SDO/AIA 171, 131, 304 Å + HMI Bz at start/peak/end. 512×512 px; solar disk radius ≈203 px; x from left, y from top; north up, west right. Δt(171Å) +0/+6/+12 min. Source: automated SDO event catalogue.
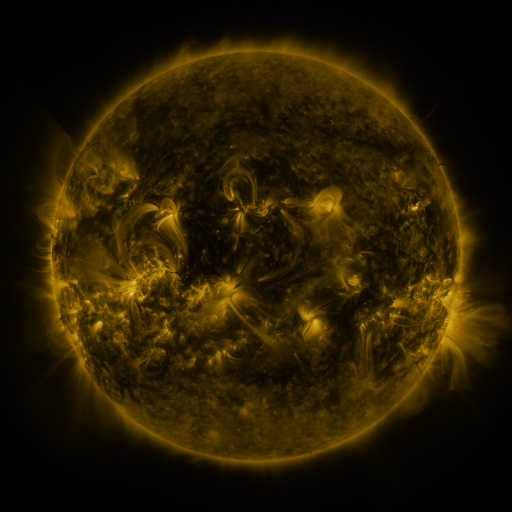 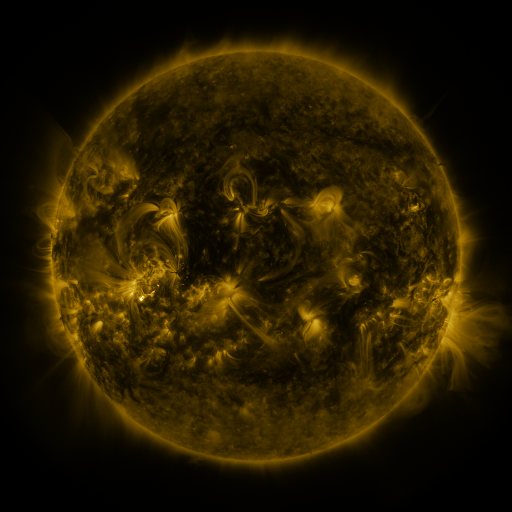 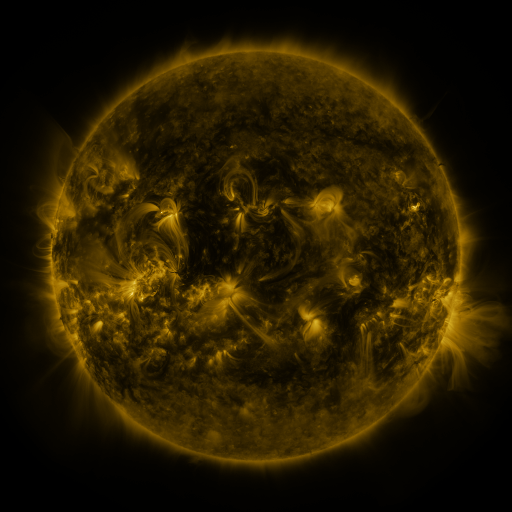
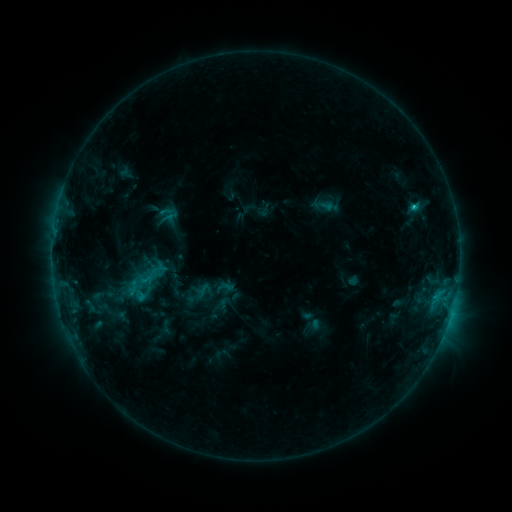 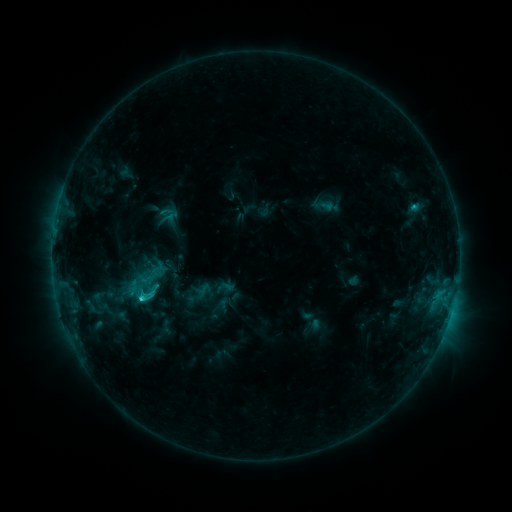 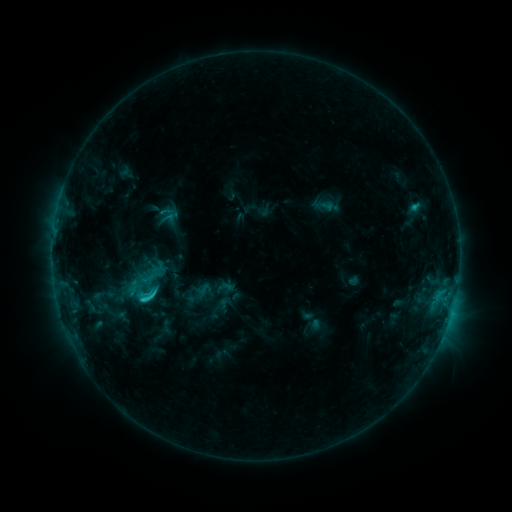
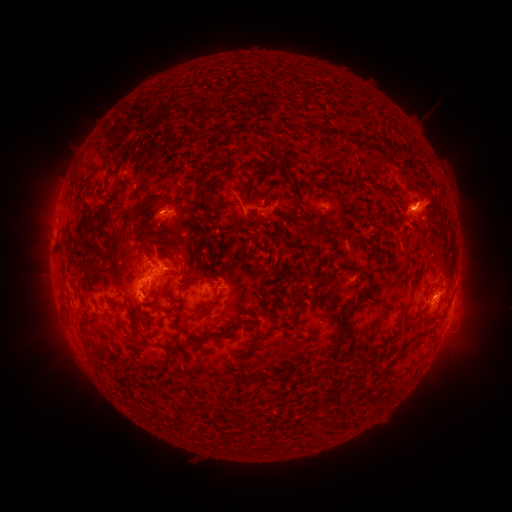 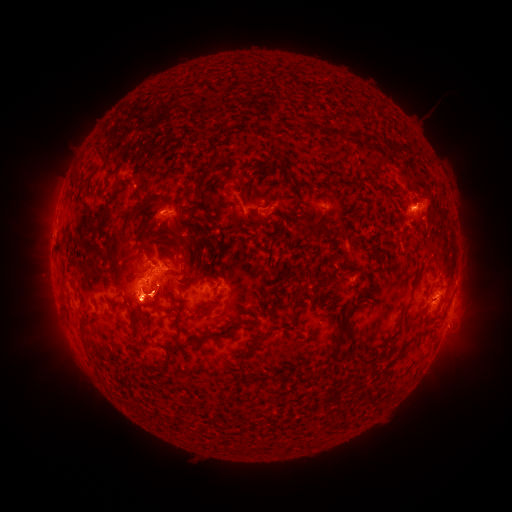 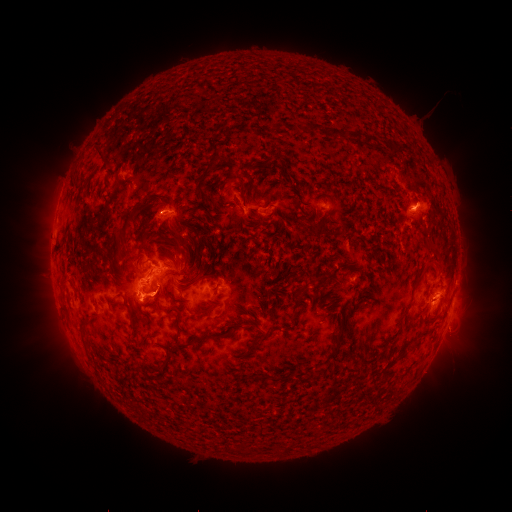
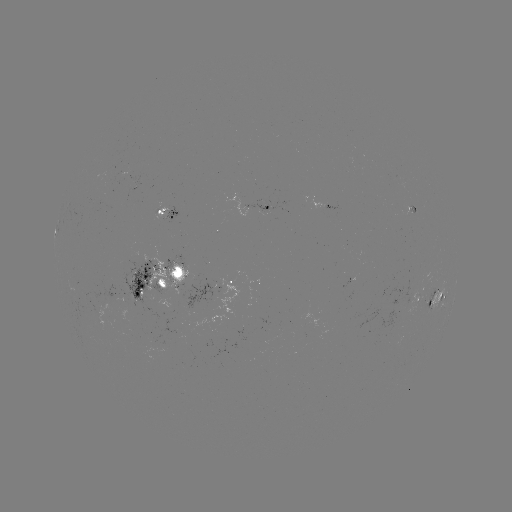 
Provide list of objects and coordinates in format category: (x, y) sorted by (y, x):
C3.4 flare: (142, 295)
